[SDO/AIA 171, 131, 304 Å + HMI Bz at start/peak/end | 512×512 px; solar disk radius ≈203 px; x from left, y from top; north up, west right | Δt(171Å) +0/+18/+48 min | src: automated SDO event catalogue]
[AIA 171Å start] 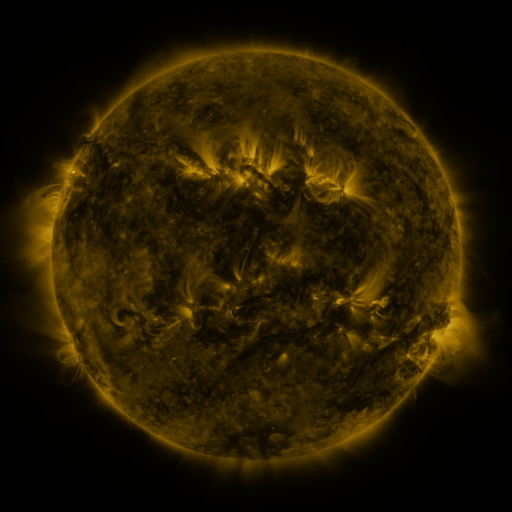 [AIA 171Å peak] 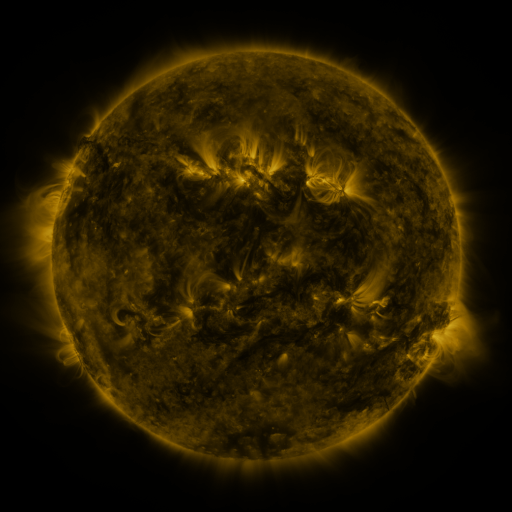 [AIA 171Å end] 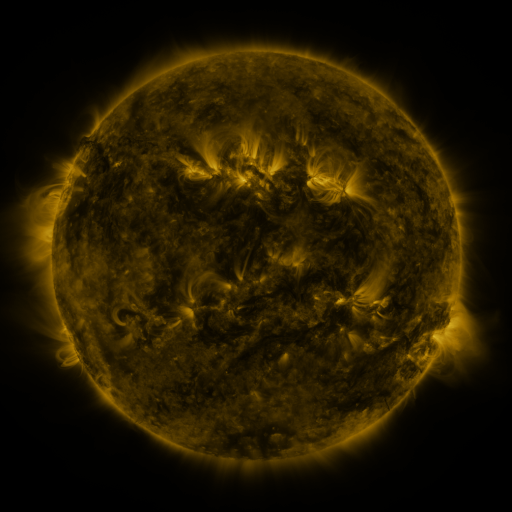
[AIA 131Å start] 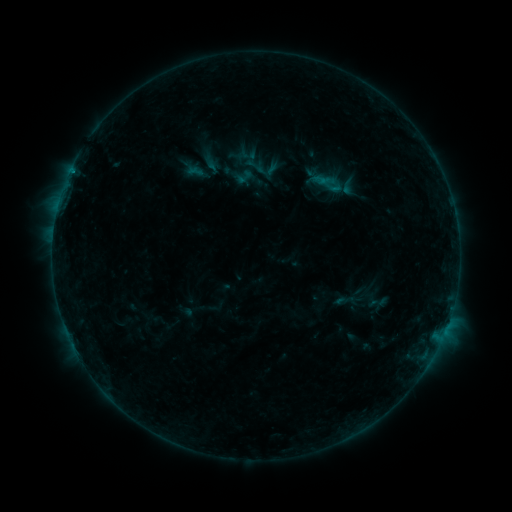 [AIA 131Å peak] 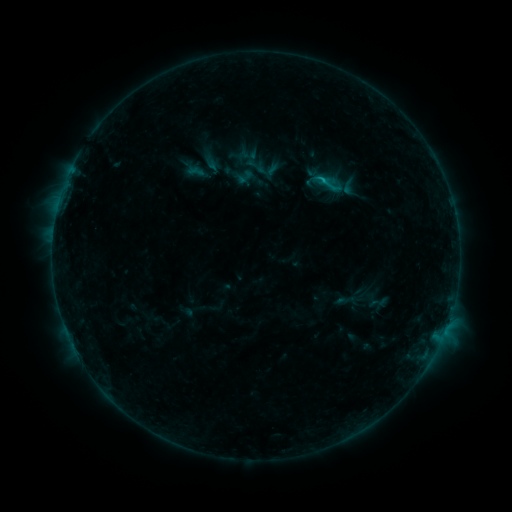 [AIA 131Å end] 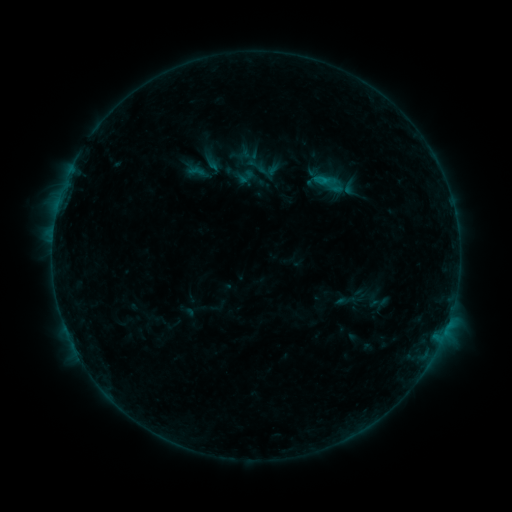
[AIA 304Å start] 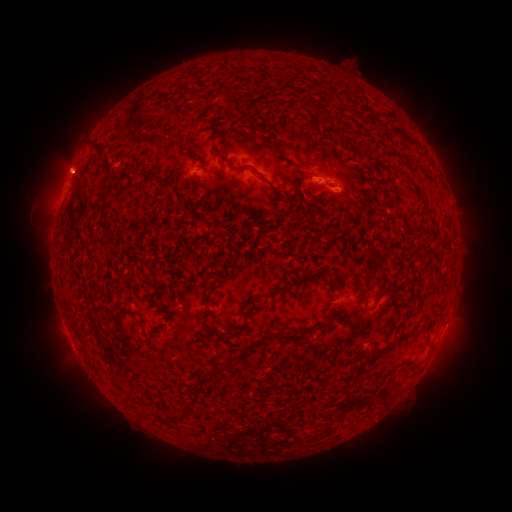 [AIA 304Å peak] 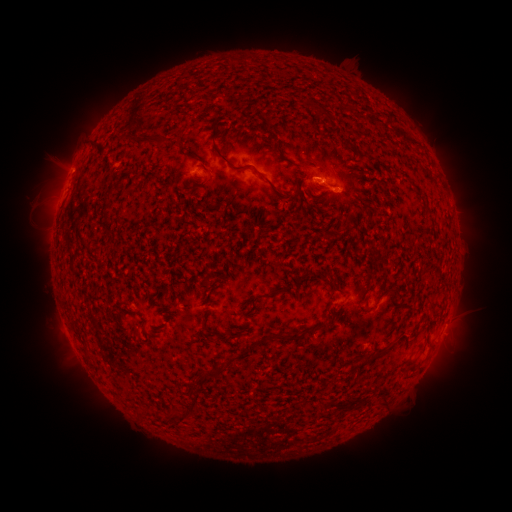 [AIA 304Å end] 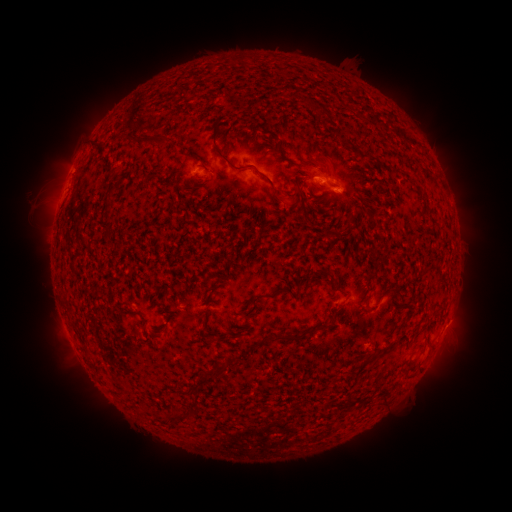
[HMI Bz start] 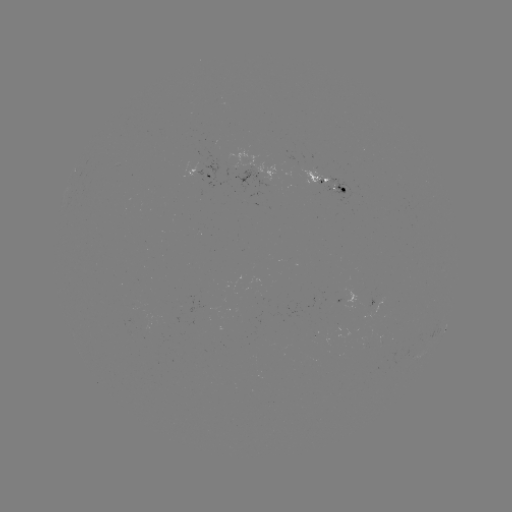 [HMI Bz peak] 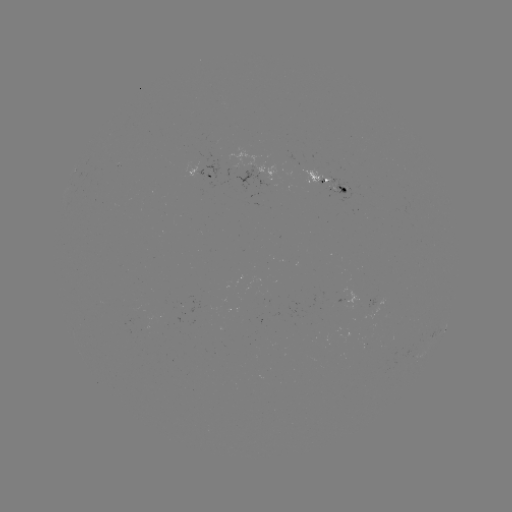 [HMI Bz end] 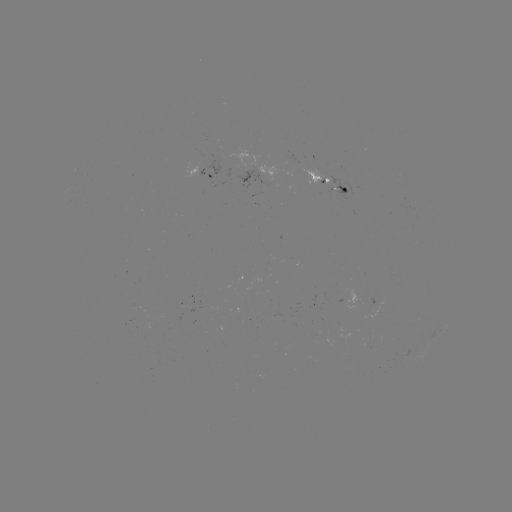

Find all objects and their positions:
B6.4 flare: (320, 183)
